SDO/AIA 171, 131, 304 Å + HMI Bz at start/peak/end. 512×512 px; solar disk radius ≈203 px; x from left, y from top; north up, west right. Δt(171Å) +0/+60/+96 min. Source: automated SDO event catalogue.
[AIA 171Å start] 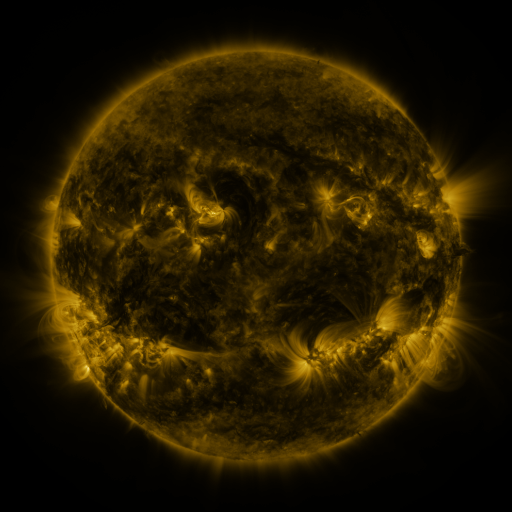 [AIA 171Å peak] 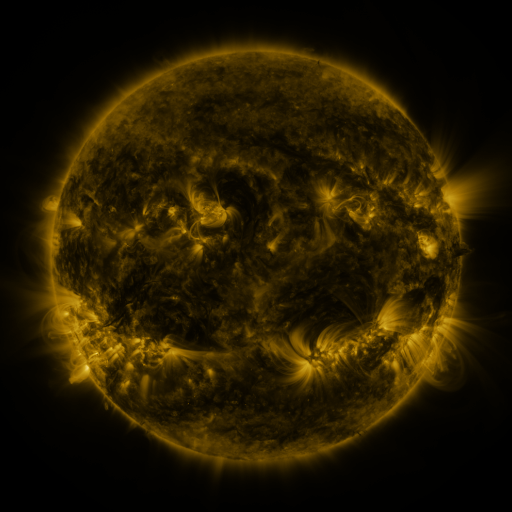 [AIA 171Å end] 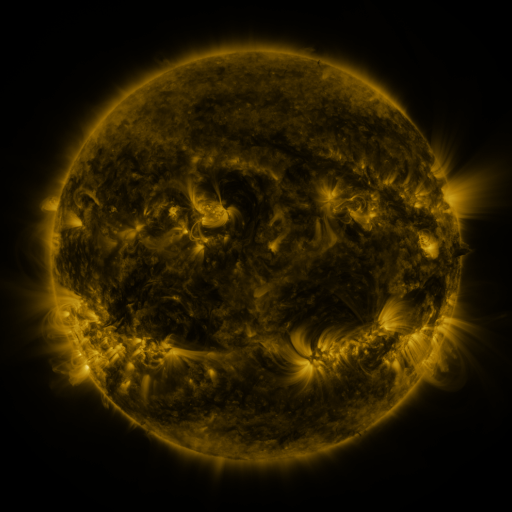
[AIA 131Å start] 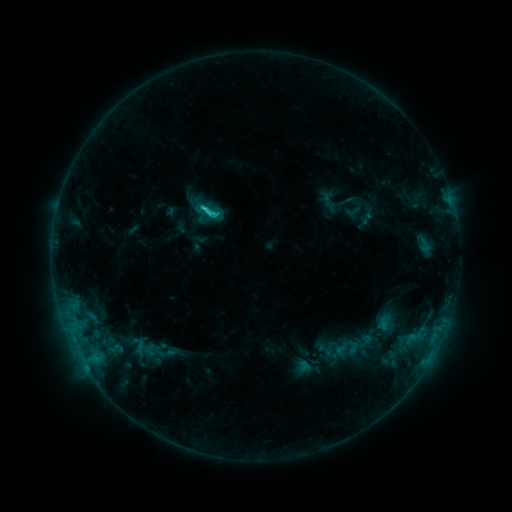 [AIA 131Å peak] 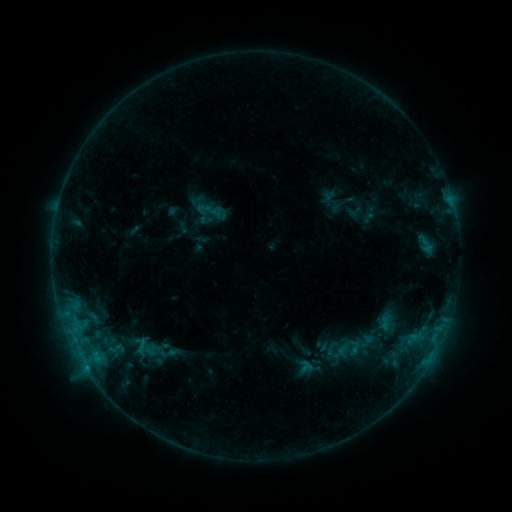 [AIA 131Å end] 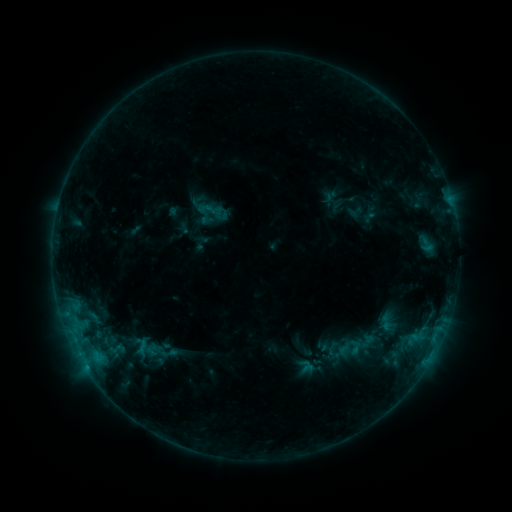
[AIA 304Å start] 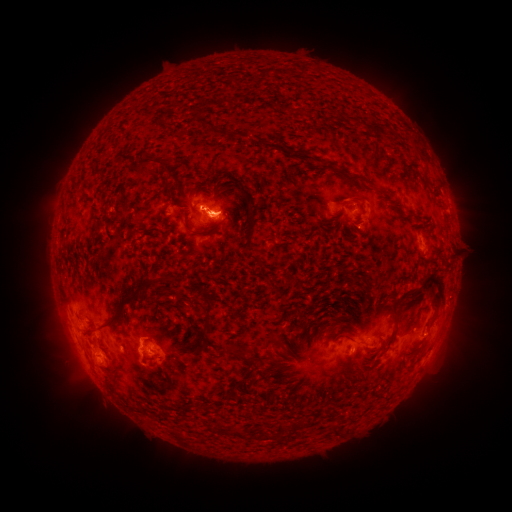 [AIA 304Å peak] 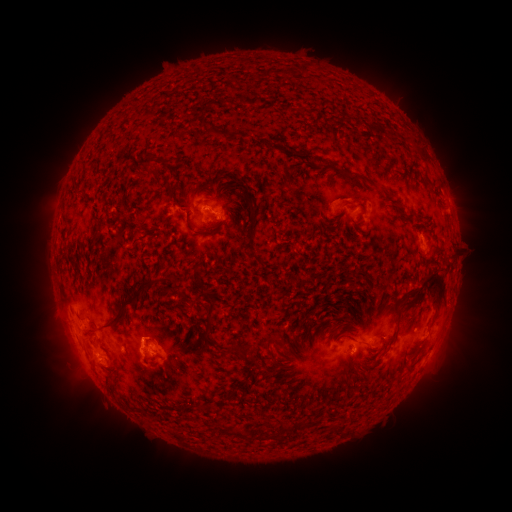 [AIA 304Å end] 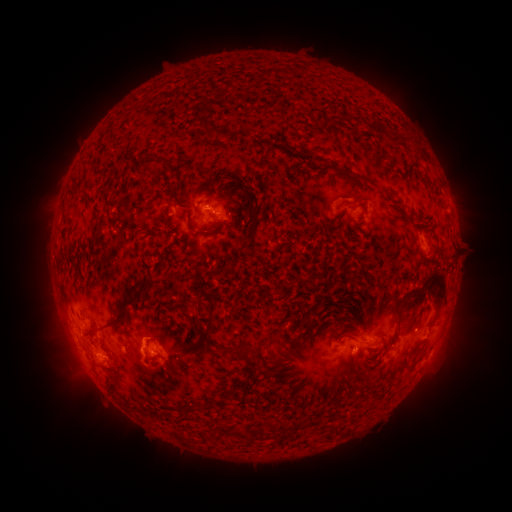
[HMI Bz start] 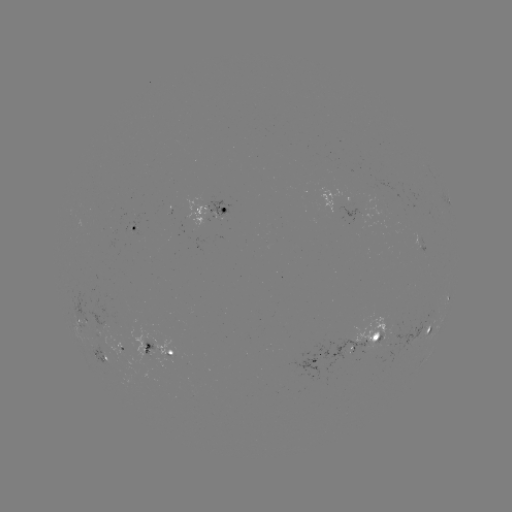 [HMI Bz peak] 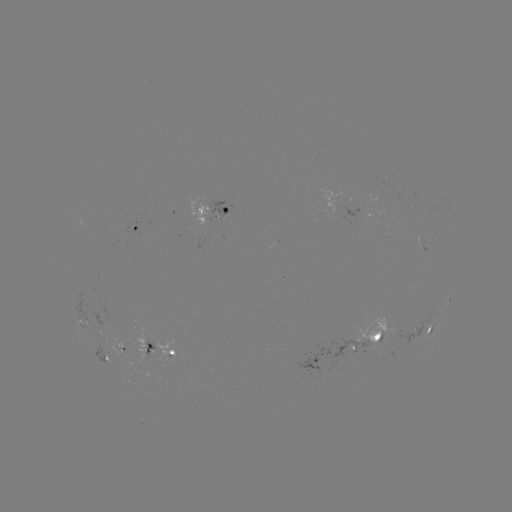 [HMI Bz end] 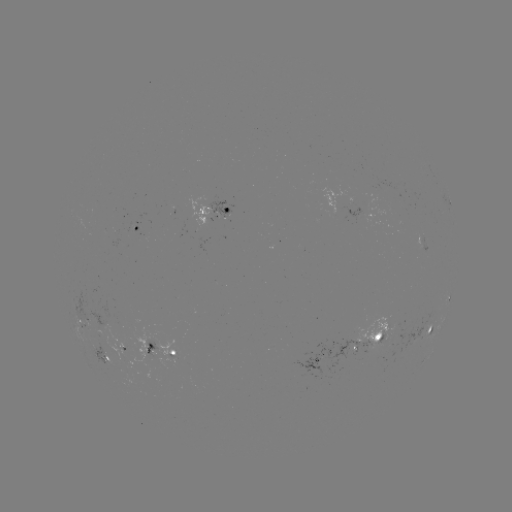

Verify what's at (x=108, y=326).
emerging-flux region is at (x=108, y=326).